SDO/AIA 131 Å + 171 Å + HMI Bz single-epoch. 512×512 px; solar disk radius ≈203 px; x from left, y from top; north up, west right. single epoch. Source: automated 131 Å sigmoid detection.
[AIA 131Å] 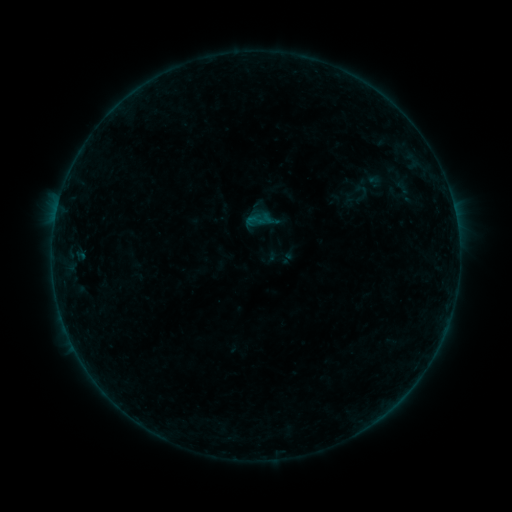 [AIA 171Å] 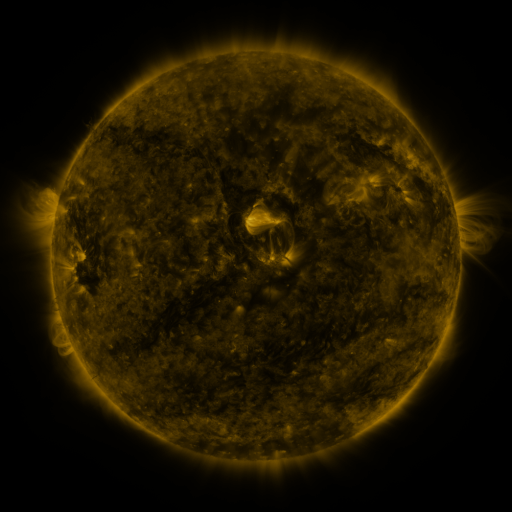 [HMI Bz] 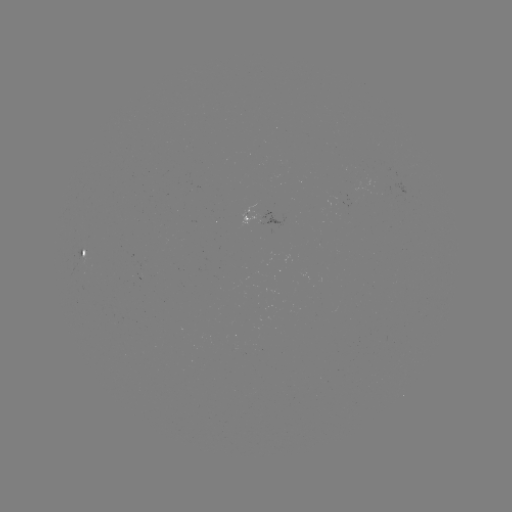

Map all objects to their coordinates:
sigmoid: (339, 179, 374, 210)
